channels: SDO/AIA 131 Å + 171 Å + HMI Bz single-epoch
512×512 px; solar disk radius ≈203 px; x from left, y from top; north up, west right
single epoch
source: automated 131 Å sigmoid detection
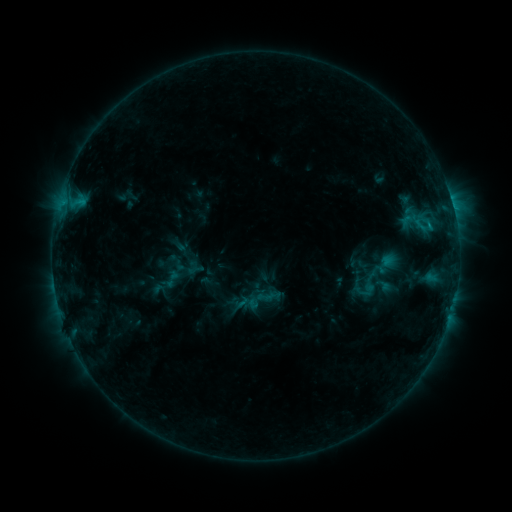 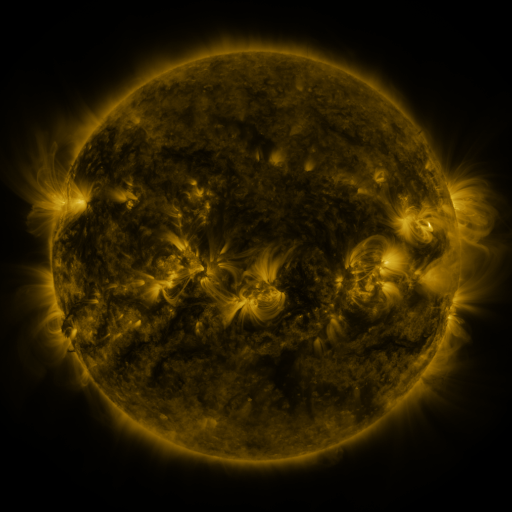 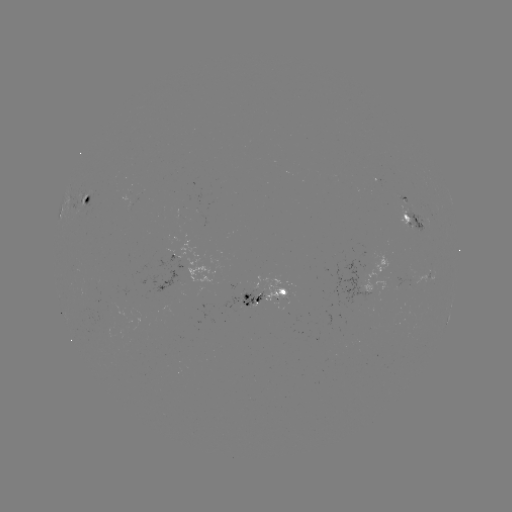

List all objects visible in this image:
sigmoid: (375, 271)
sigmoid: (368, 285)
